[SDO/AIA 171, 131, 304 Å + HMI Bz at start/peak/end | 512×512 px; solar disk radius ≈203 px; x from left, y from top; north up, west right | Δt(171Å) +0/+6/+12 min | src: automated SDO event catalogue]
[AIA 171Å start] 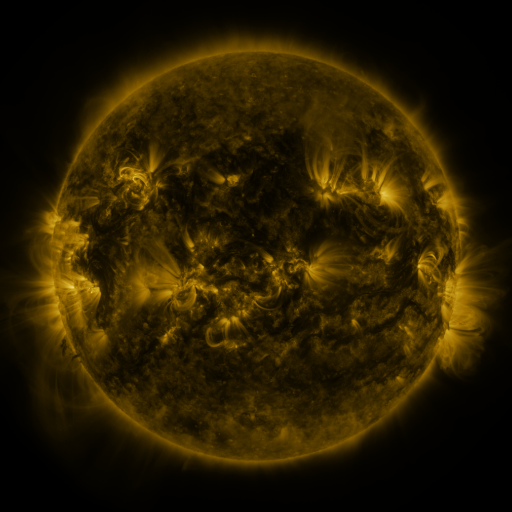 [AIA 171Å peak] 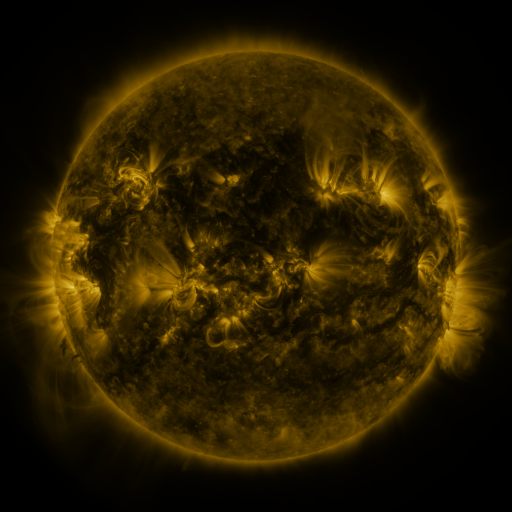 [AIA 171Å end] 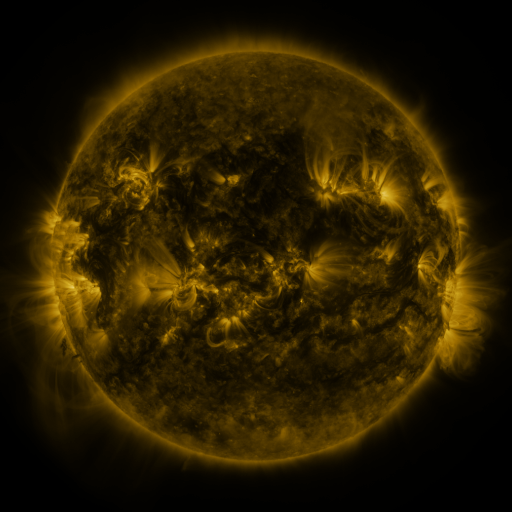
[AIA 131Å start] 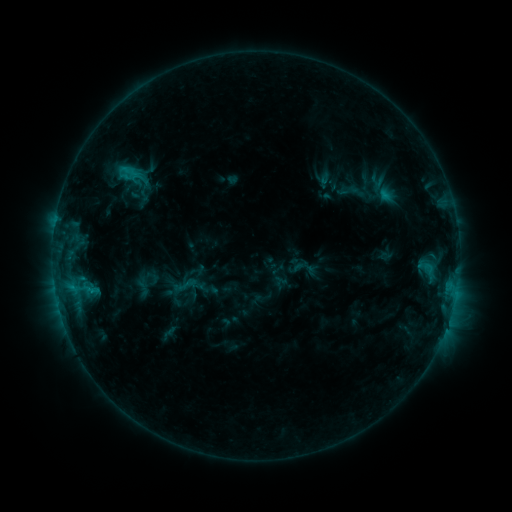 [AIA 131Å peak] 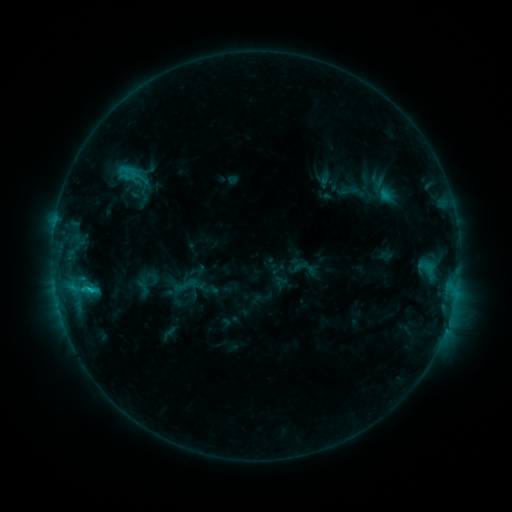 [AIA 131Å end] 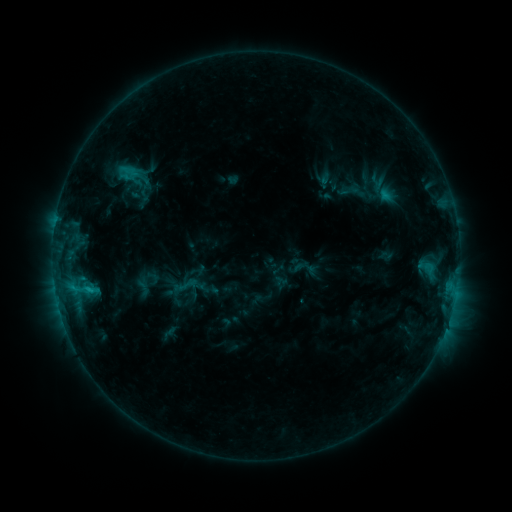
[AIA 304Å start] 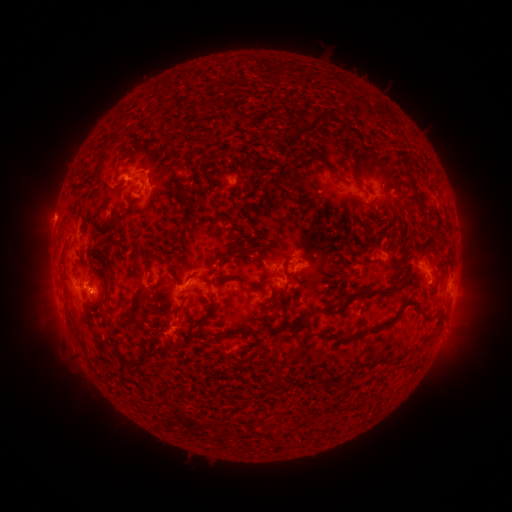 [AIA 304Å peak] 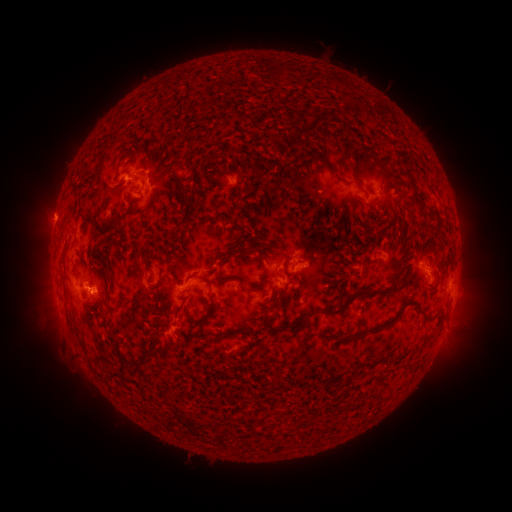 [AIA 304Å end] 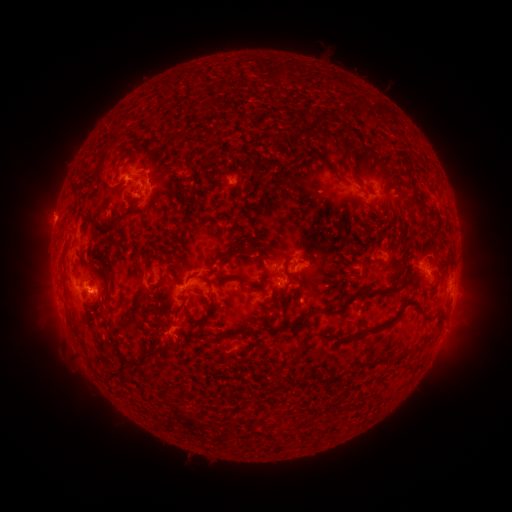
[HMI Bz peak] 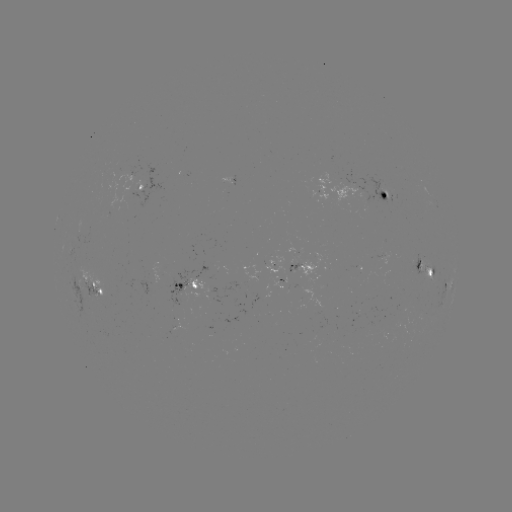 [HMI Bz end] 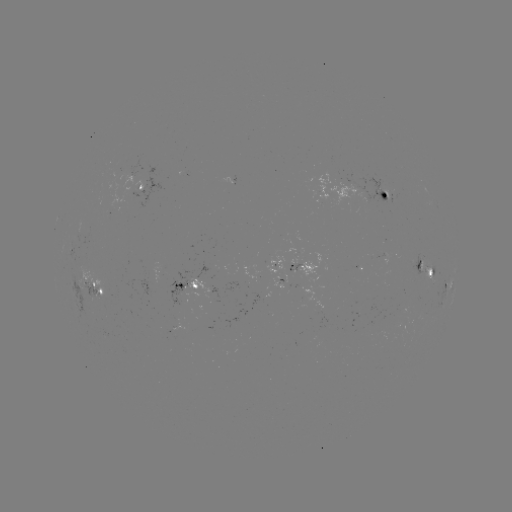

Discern C1.8 flare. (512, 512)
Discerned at (91, 287).